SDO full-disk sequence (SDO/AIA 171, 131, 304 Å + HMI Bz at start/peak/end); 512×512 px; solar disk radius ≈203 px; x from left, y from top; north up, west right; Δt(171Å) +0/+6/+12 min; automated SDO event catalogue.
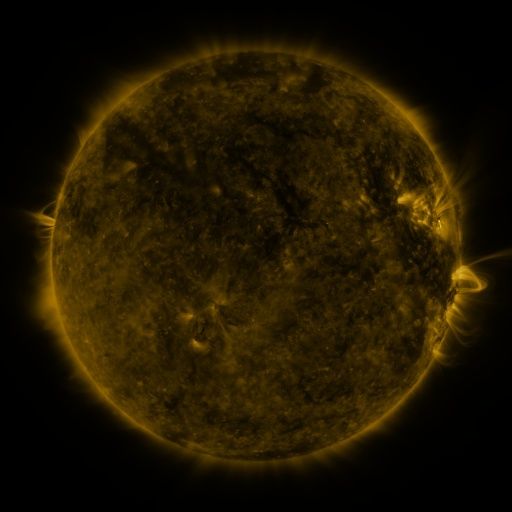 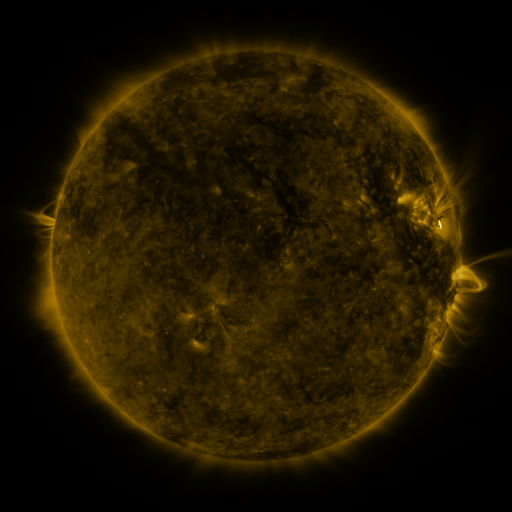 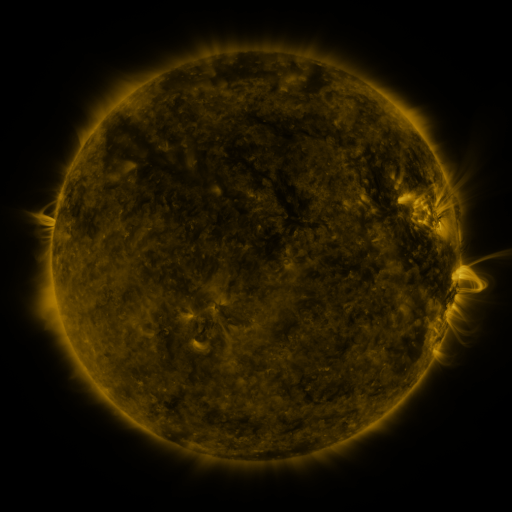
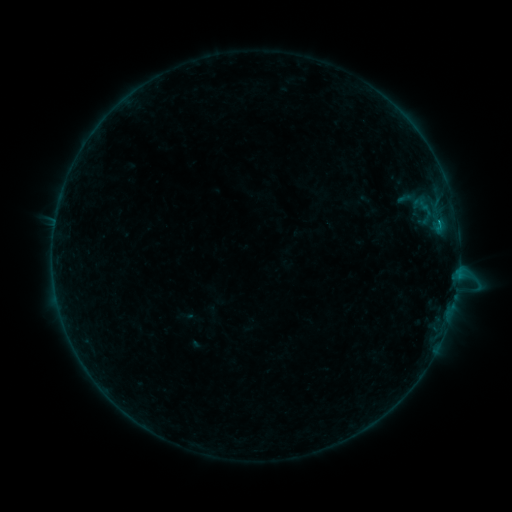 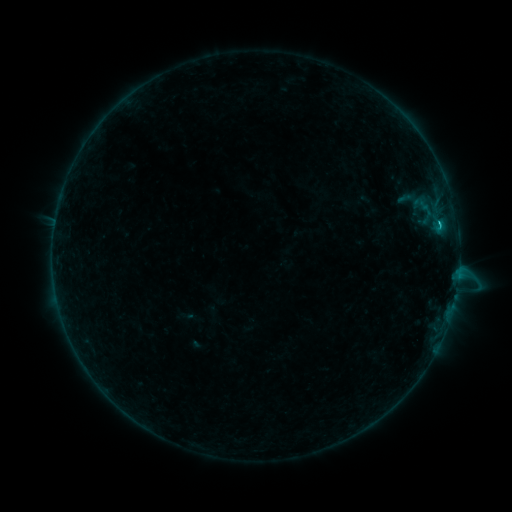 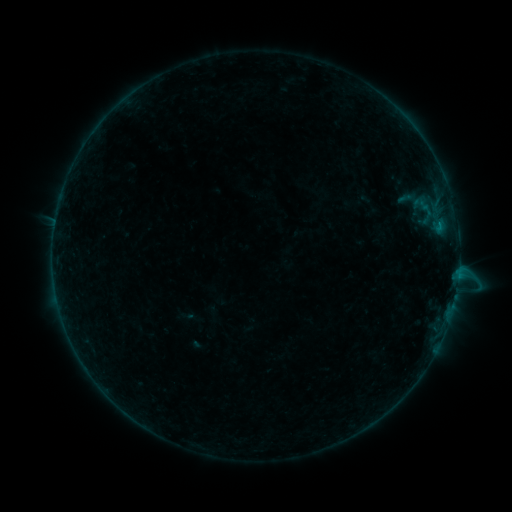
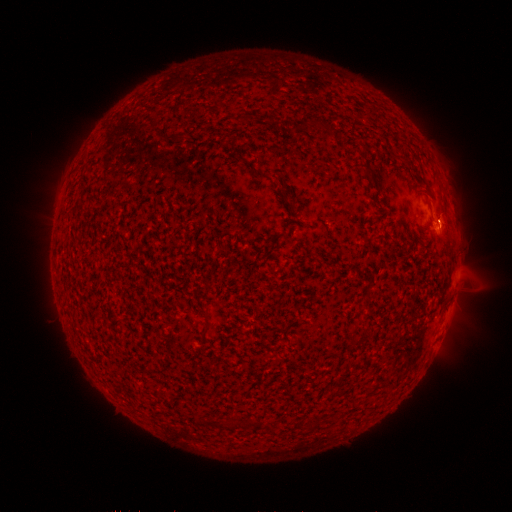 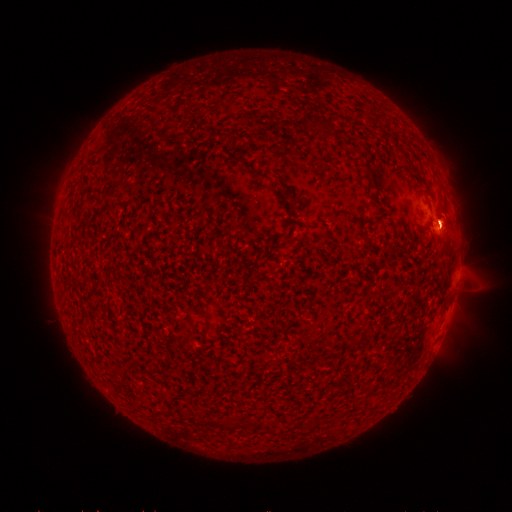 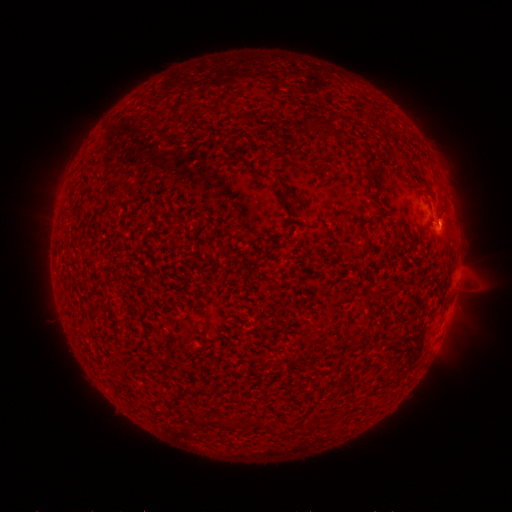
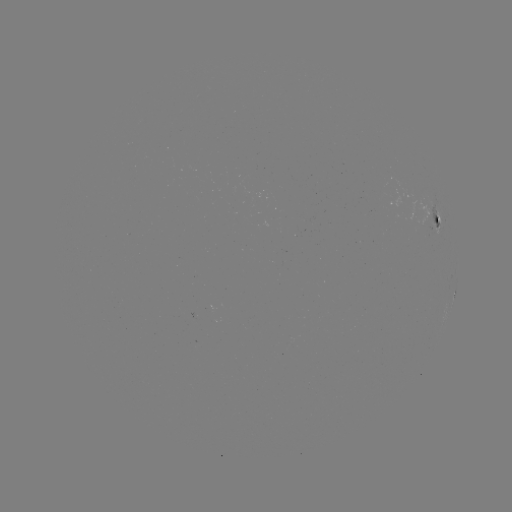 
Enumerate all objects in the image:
B9.8 flare: (439, 226)
